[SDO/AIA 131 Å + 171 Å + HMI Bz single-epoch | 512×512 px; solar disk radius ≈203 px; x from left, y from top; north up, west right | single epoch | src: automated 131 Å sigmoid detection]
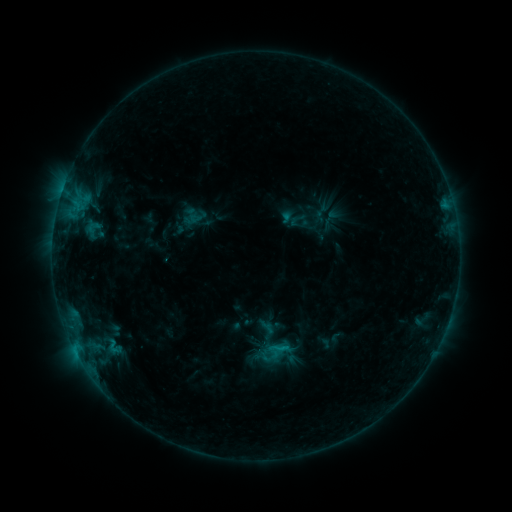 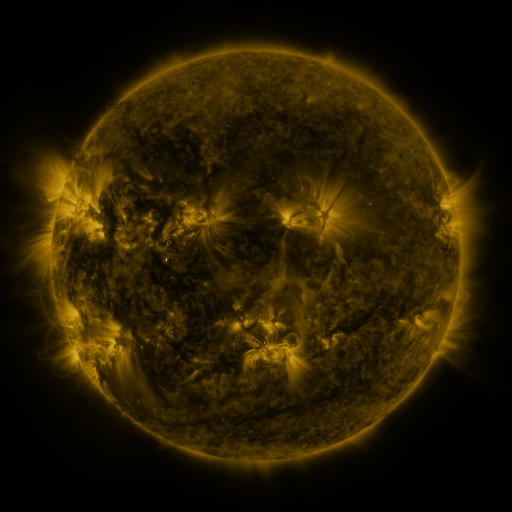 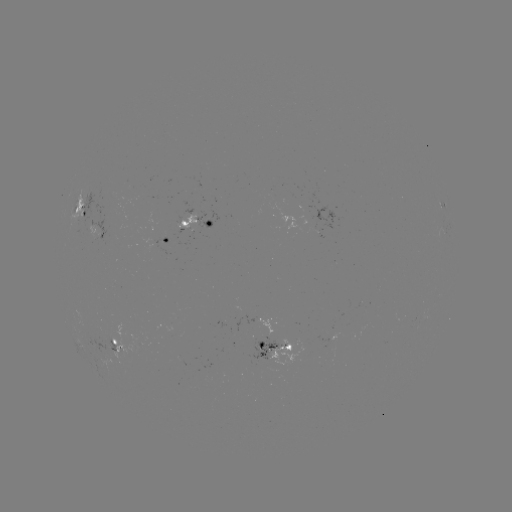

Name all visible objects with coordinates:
sigmoid: <bbox>258, 319, 276, 337</bbox>
